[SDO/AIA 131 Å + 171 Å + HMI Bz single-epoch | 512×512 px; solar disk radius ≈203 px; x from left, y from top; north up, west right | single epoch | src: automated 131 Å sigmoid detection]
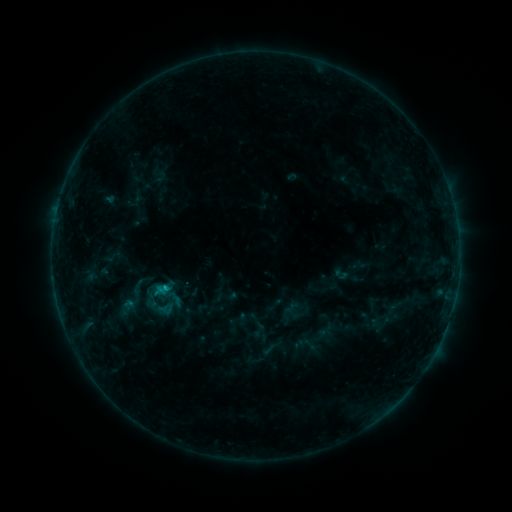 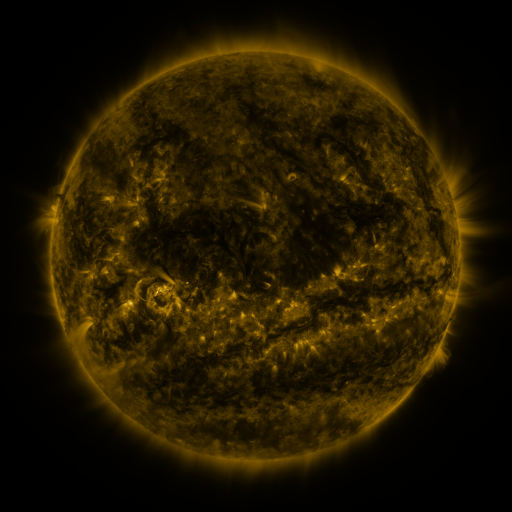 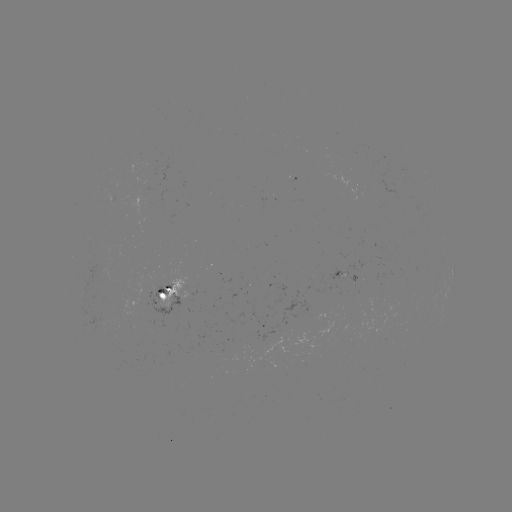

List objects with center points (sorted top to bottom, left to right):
sigmoid: (151, 302)
sigmoid: (171, 302)
